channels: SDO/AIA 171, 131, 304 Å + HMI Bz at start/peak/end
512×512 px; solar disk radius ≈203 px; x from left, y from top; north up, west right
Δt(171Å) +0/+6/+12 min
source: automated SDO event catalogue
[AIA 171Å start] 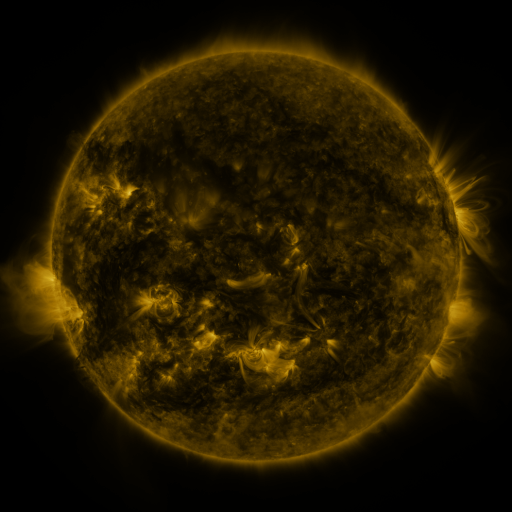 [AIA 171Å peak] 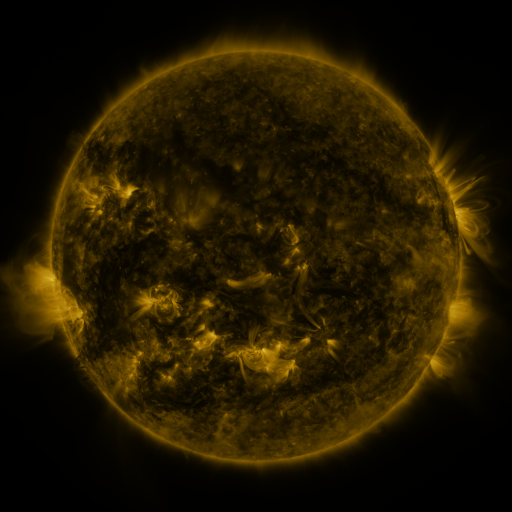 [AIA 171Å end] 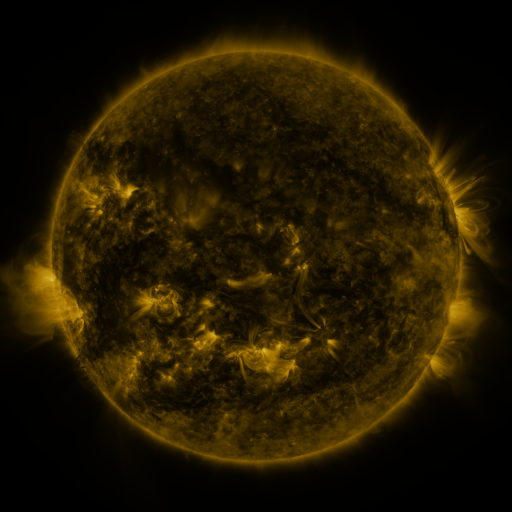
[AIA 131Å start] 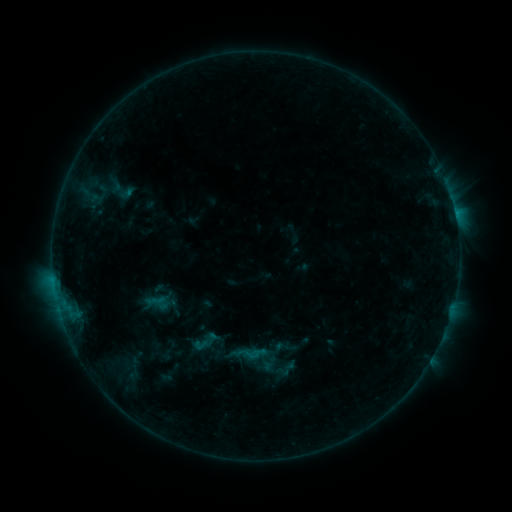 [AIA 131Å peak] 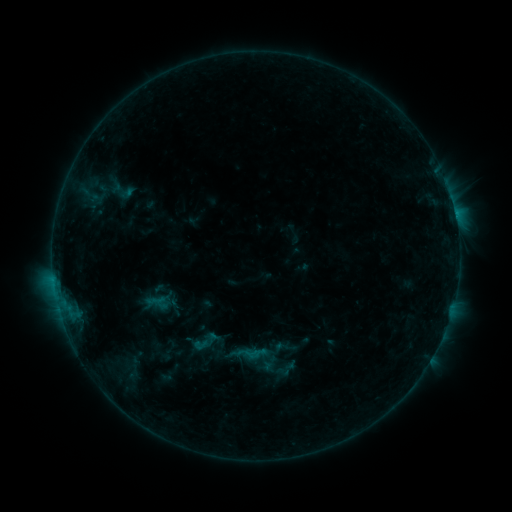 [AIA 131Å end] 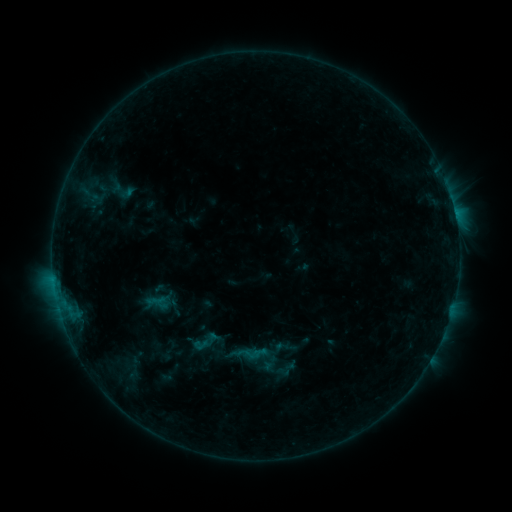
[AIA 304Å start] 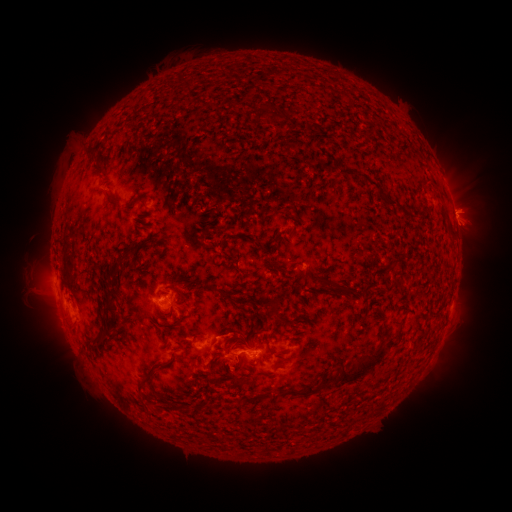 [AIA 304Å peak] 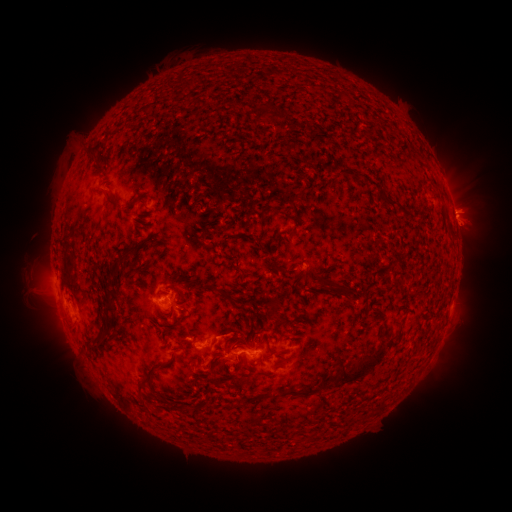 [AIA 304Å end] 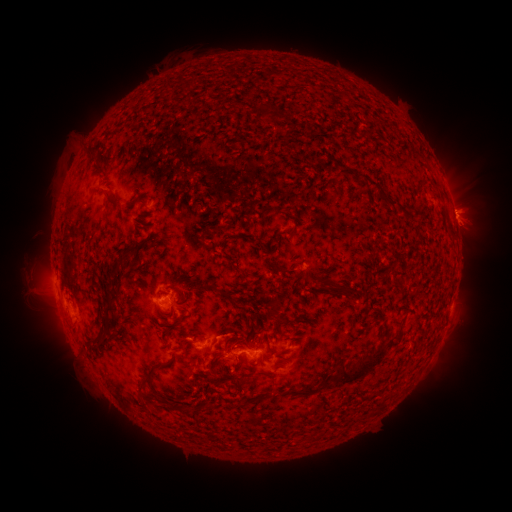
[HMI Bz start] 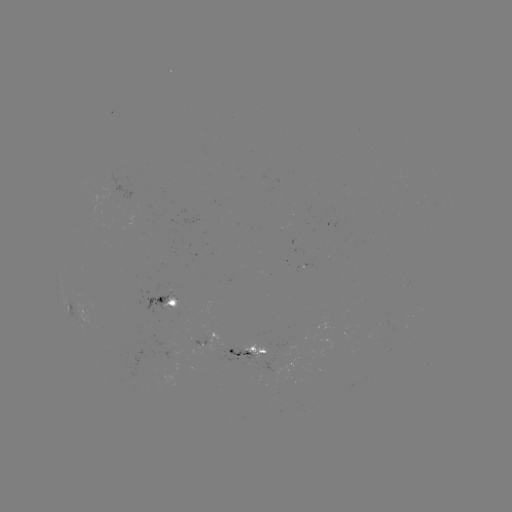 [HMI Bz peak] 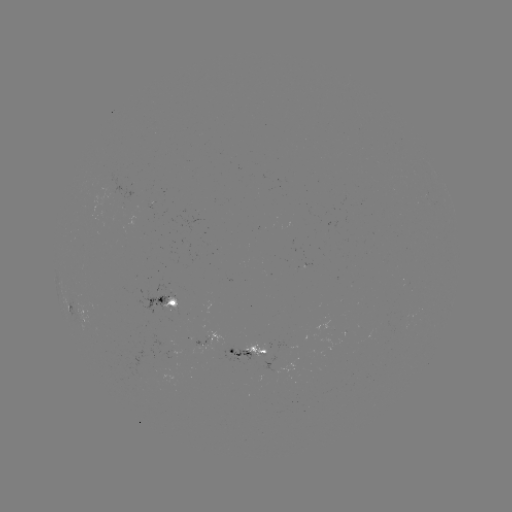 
no catalogued flare and no flagged EUV brightening in this window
